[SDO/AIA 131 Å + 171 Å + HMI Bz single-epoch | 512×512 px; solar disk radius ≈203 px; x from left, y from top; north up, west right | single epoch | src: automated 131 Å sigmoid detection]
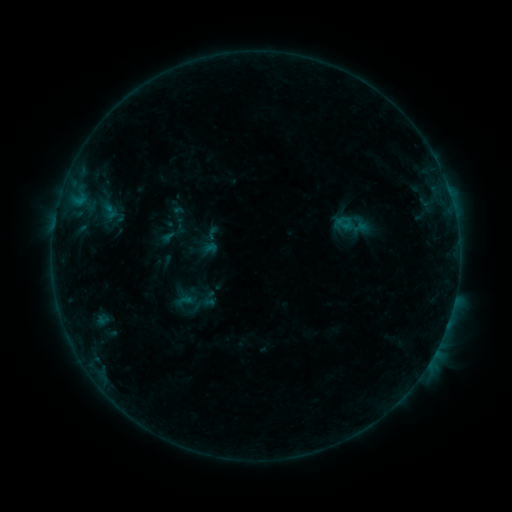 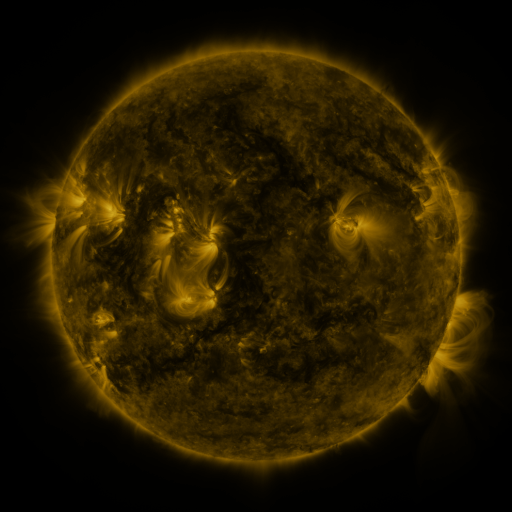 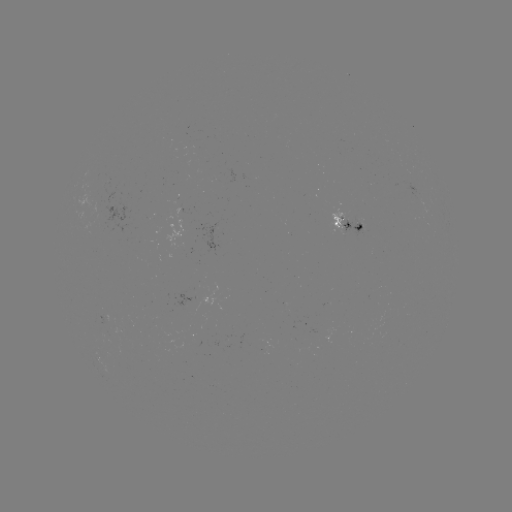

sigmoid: [203, 225, 221, 242]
